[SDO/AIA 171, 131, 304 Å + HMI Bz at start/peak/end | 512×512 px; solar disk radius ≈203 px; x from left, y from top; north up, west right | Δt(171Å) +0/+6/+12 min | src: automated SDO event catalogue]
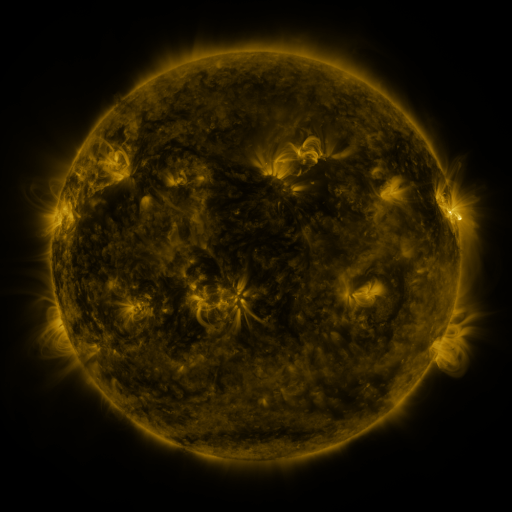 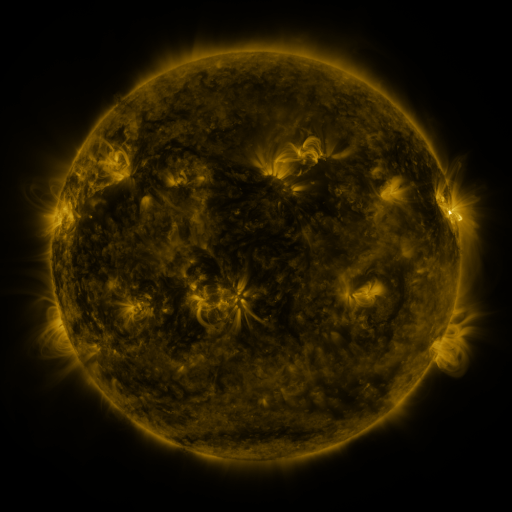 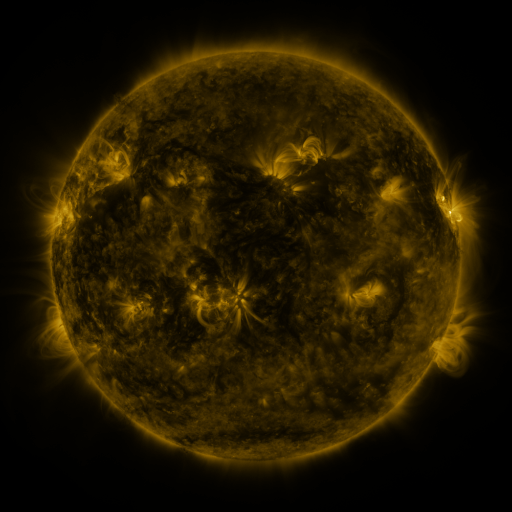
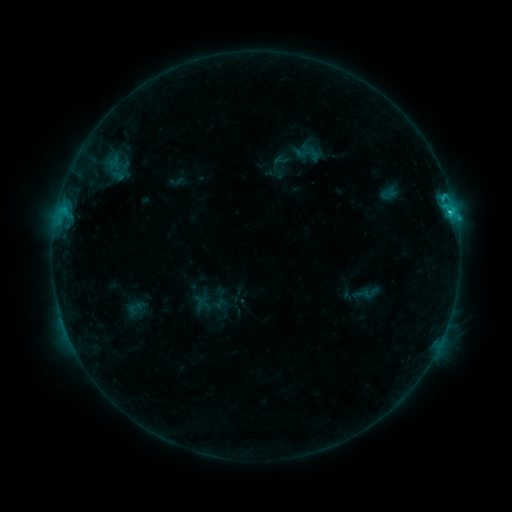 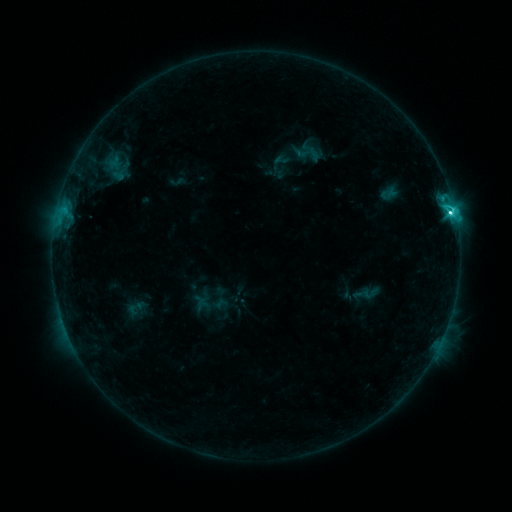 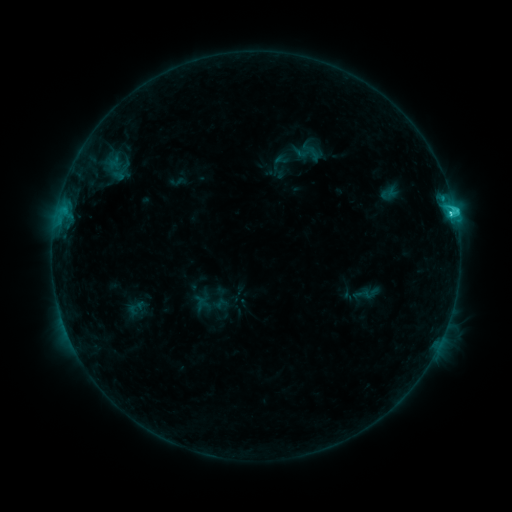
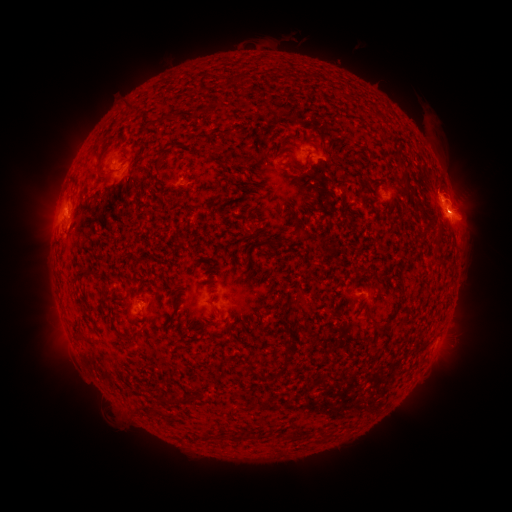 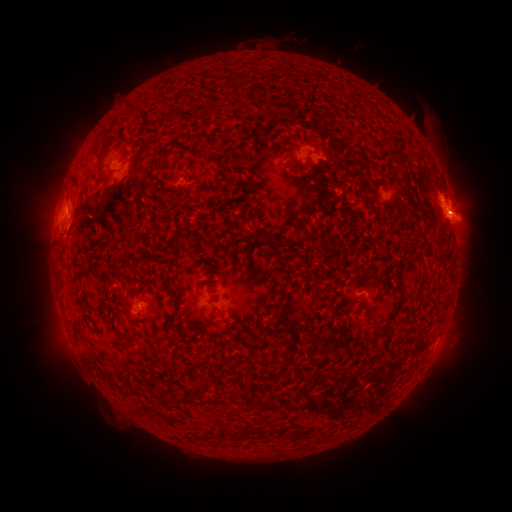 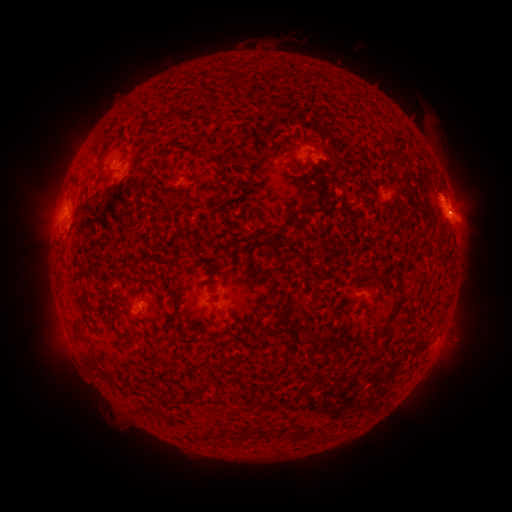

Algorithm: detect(C5.8 flare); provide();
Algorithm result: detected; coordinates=[450, 213]